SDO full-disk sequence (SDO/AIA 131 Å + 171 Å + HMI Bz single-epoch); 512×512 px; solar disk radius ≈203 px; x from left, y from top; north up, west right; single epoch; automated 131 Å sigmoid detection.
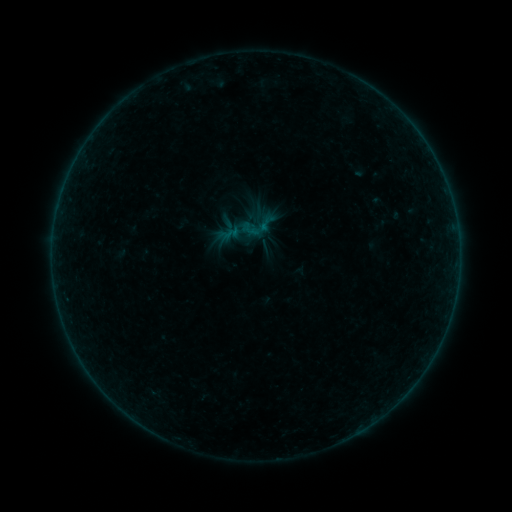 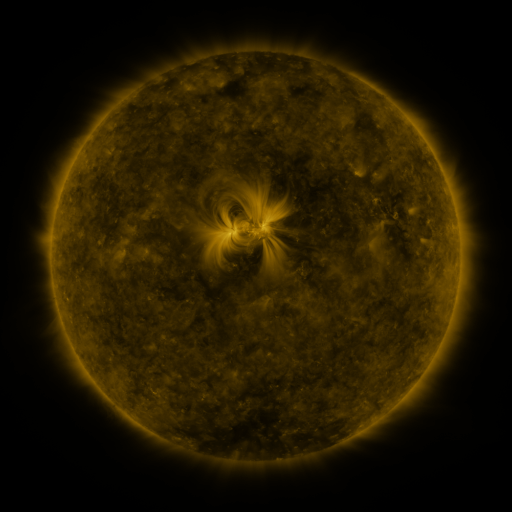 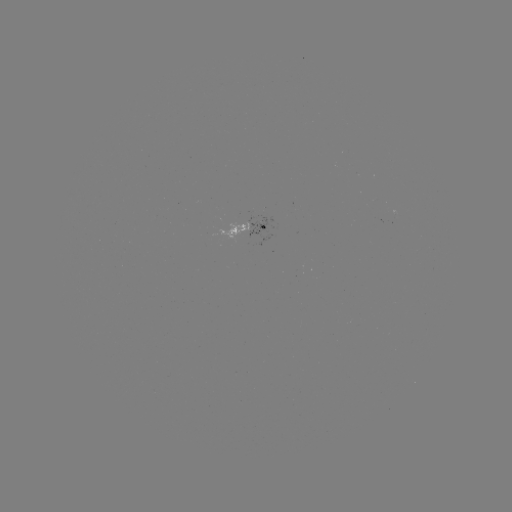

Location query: sigmoid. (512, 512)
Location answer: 258,225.